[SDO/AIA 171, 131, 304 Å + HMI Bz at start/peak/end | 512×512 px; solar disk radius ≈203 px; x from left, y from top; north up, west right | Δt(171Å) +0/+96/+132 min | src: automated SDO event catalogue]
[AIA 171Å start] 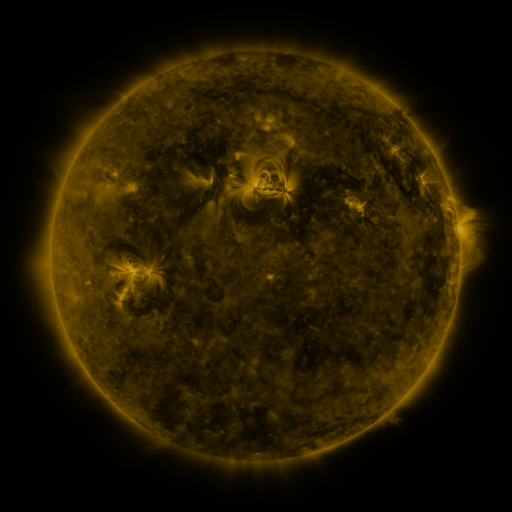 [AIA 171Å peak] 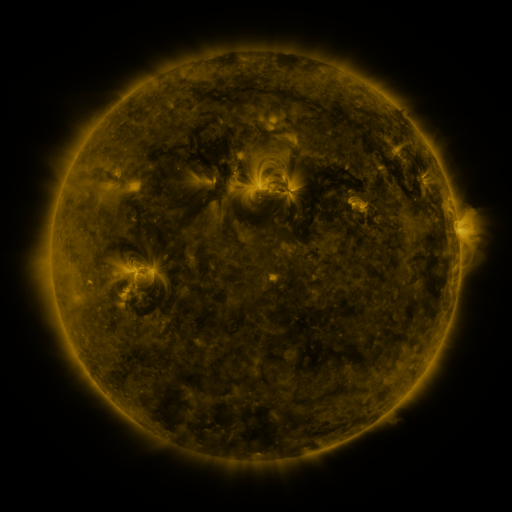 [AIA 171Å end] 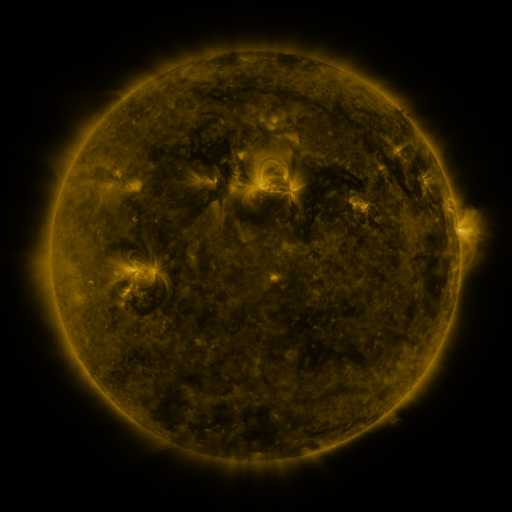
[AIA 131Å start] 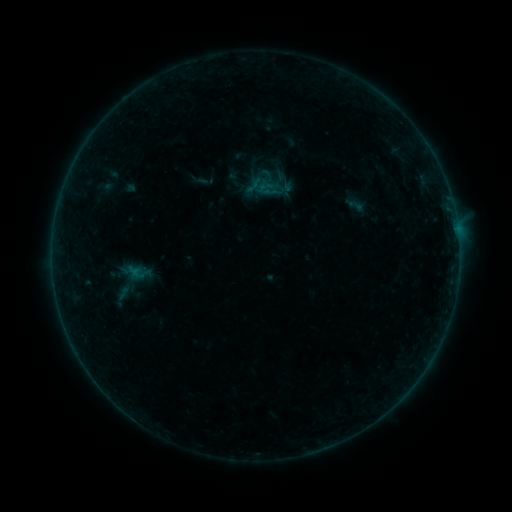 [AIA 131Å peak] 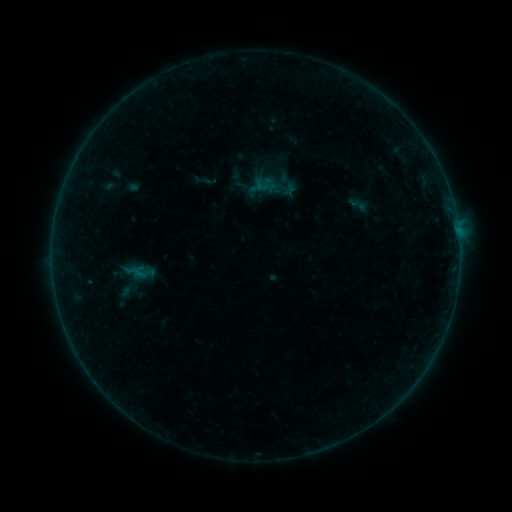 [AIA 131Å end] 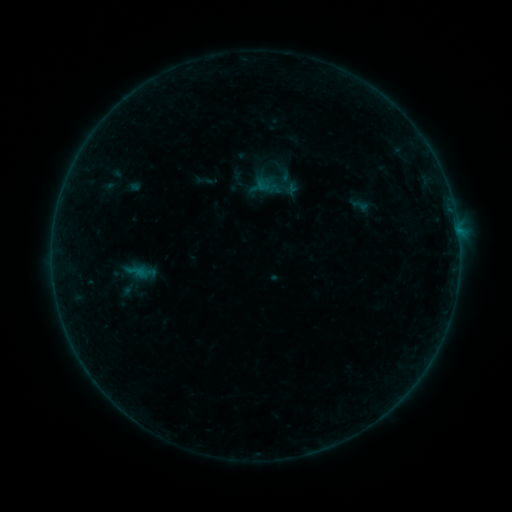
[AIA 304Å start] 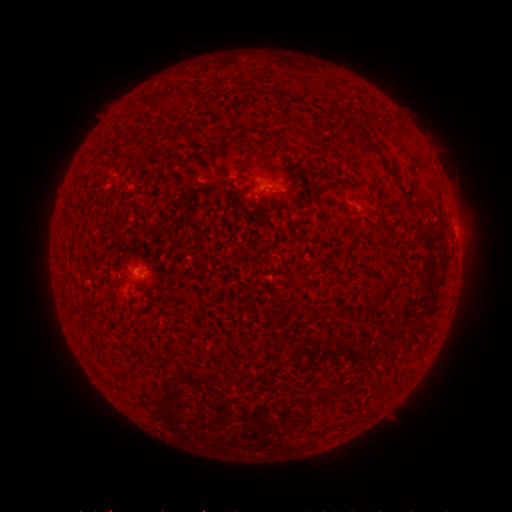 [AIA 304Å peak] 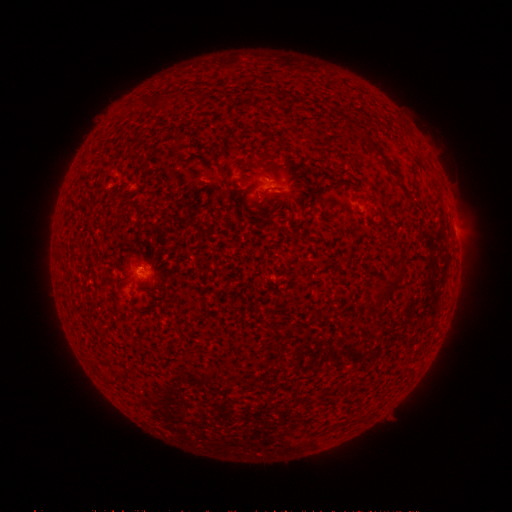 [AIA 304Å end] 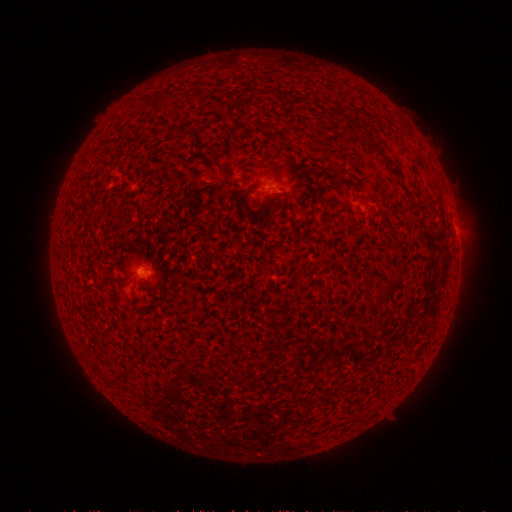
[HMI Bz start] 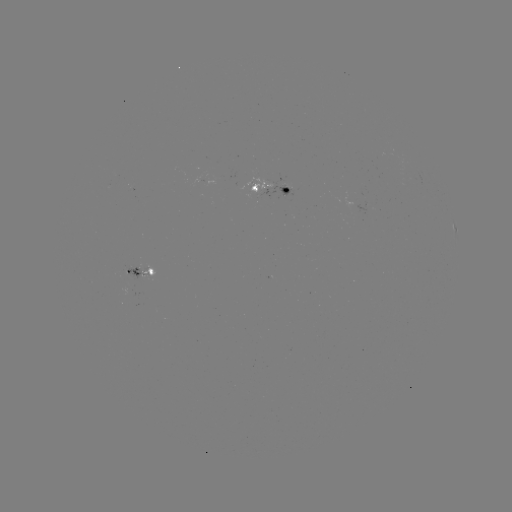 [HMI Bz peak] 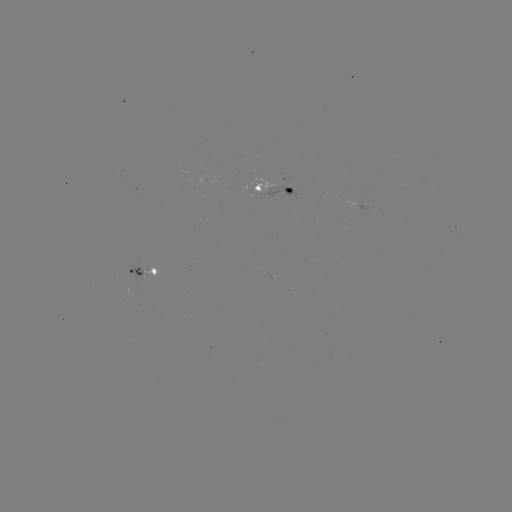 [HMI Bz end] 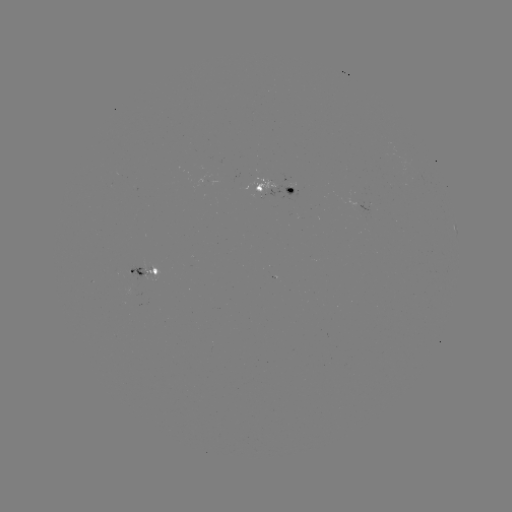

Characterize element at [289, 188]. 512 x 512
emerging-flux region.